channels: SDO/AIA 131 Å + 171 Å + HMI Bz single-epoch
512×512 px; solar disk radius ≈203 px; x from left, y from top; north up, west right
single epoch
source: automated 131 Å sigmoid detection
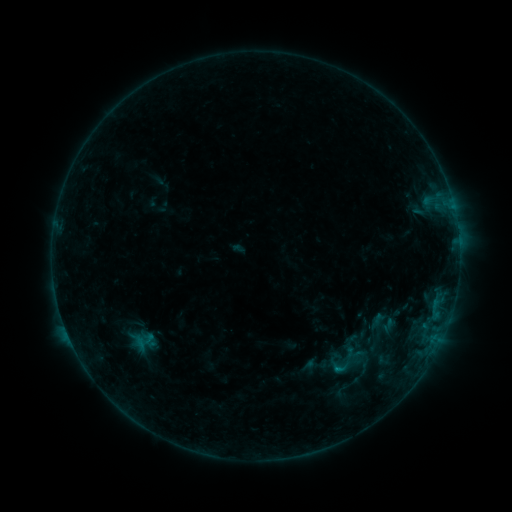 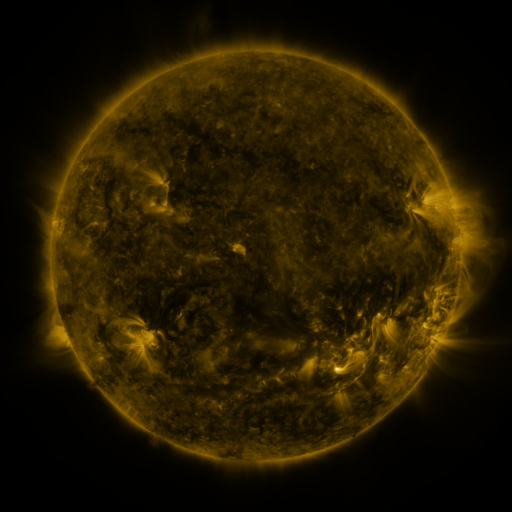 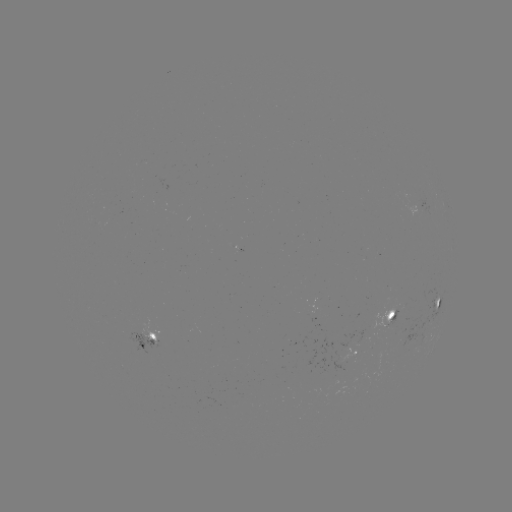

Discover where sigmoid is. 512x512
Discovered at (341, 367).